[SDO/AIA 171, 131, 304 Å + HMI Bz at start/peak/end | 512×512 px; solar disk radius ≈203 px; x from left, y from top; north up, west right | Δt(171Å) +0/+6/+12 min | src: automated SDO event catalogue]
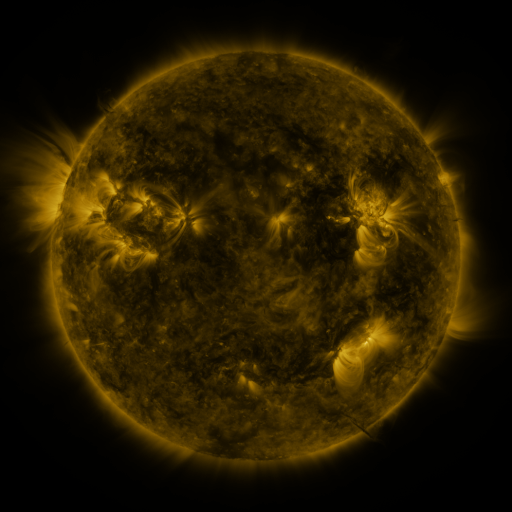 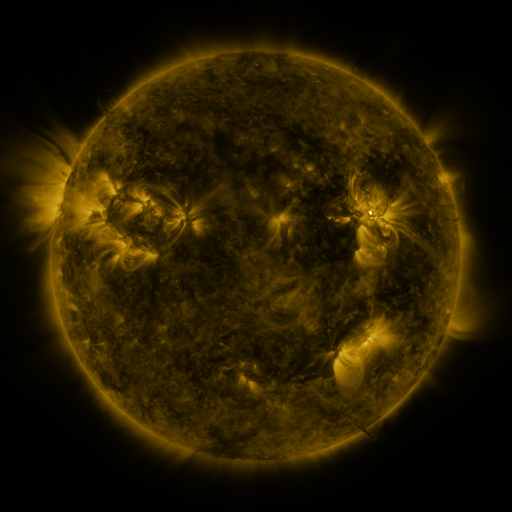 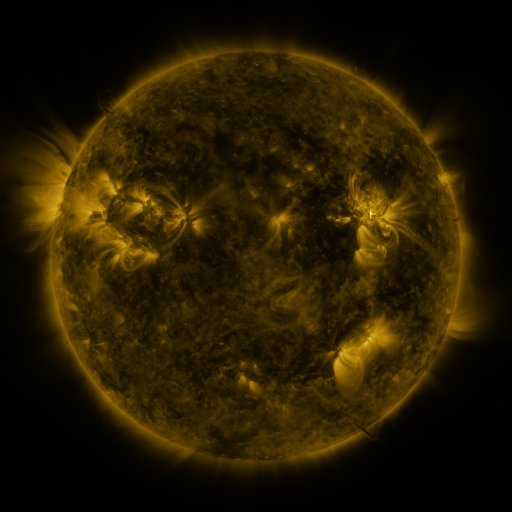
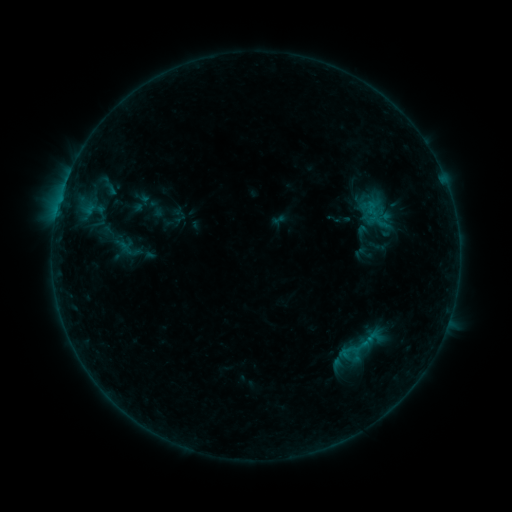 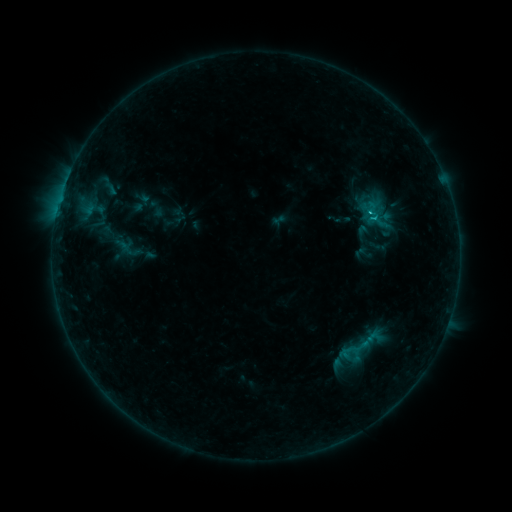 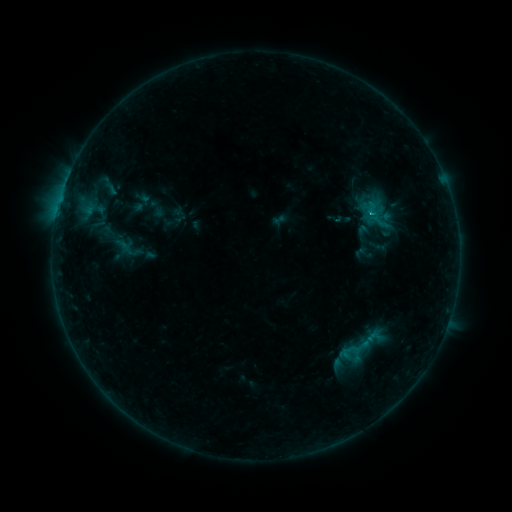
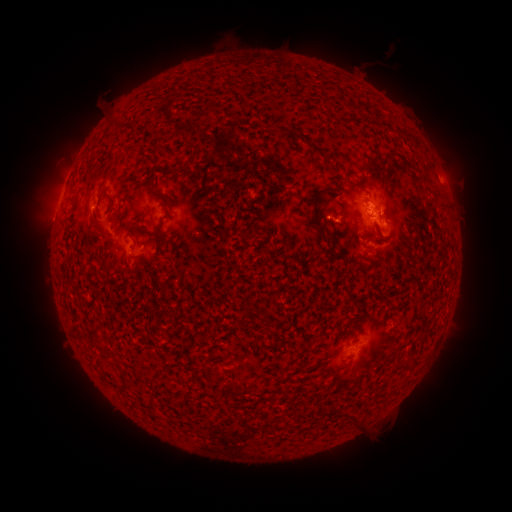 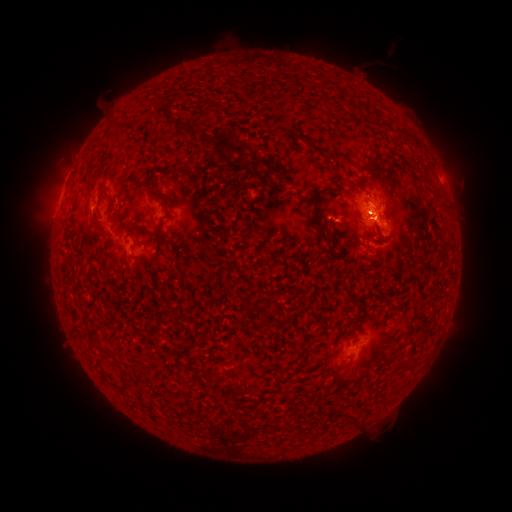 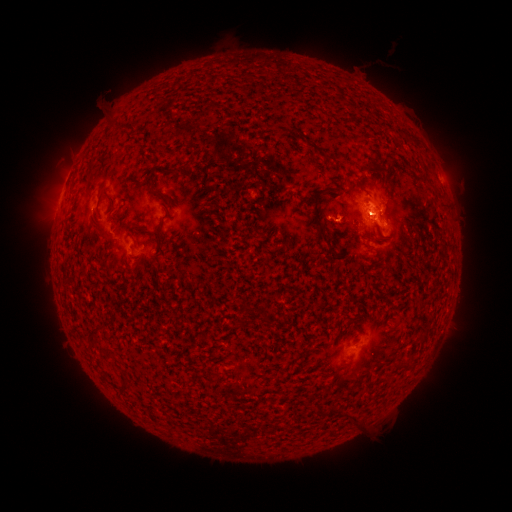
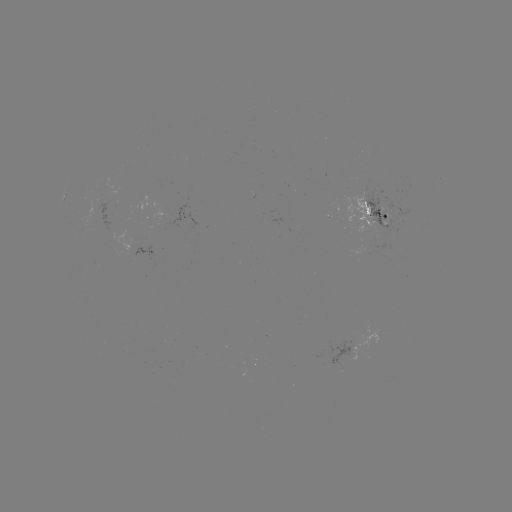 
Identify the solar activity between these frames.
C1.1 flare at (373, 219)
